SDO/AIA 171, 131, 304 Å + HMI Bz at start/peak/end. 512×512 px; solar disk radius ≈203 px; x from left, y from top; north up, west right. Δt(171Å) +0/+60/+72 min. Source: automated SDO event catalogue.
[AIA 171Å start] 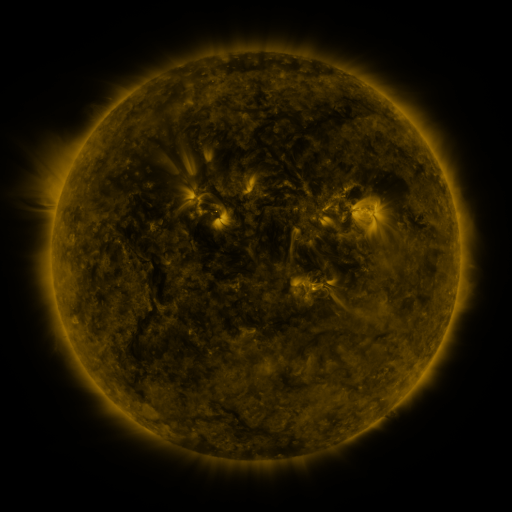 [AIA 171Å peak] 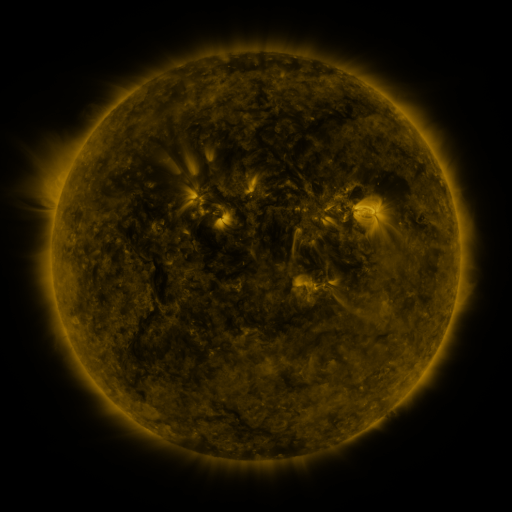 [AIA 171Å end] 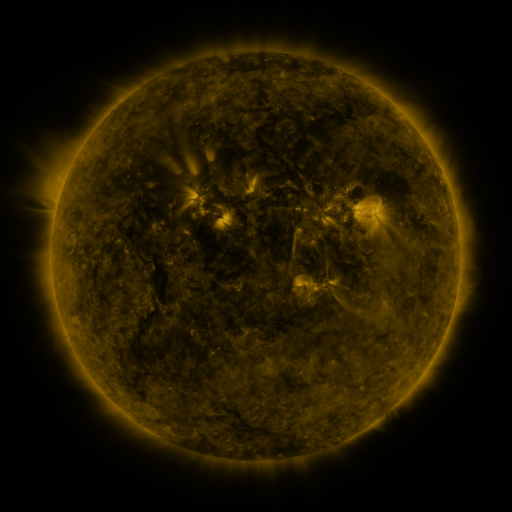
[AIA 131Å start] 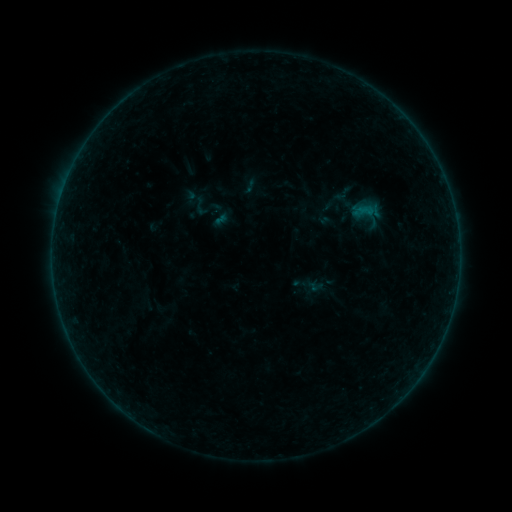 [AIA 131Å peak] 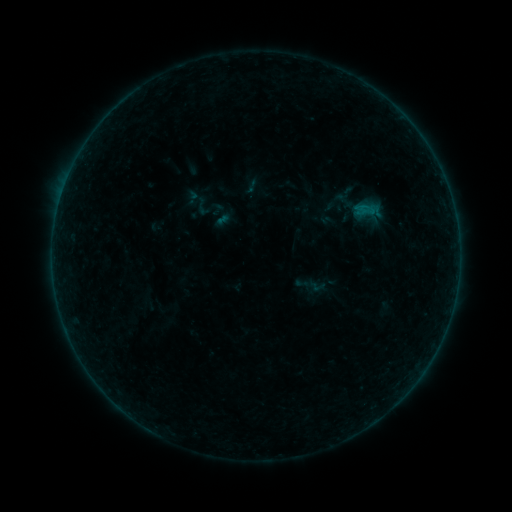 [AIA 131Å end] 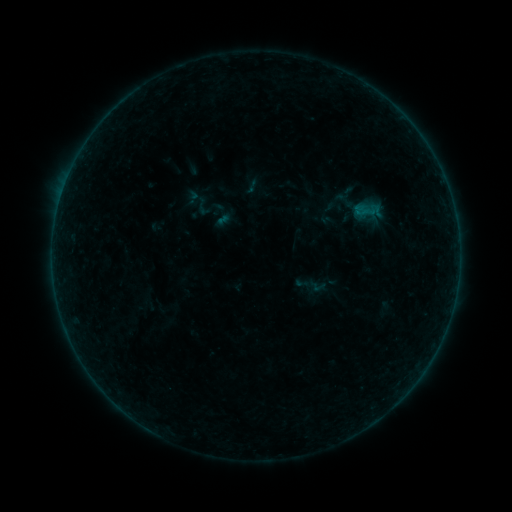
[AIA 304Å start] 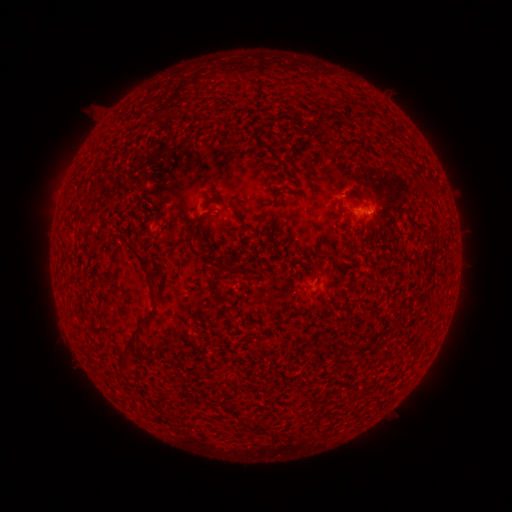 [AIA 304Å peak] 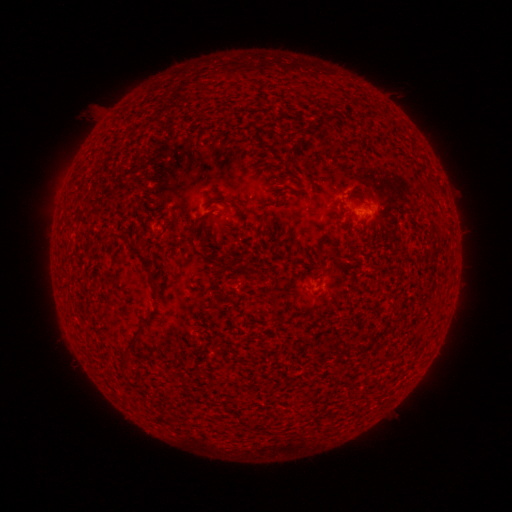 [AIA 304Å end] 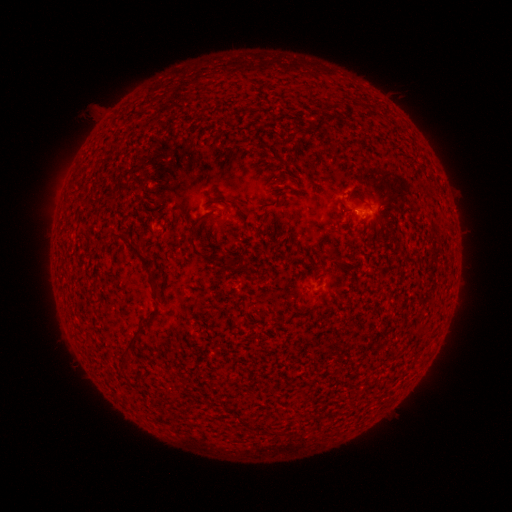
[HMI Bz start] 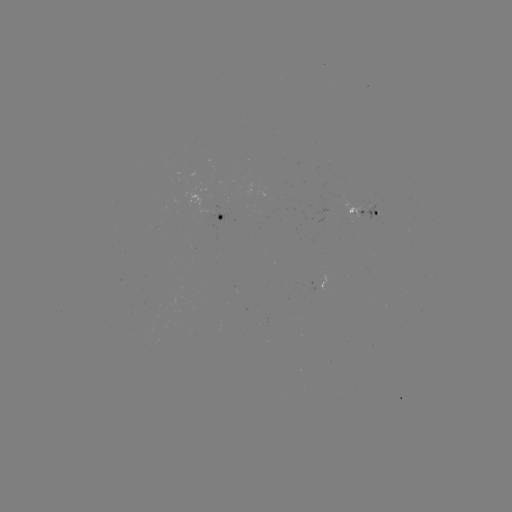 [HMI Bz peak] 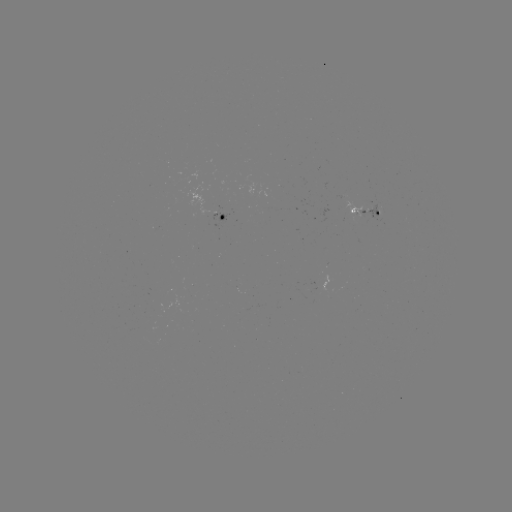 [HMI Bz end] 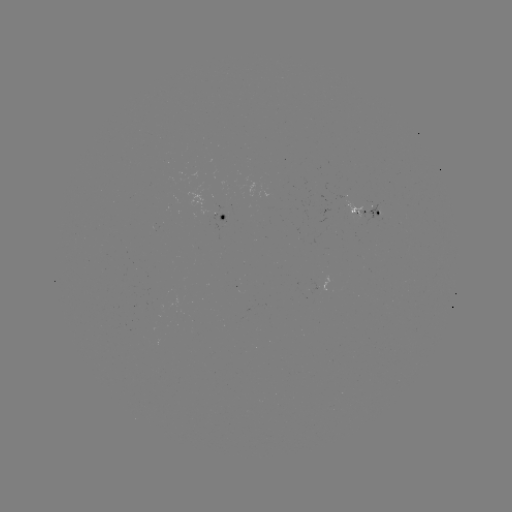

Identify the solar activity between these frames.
emerging-flux region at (222, 214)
